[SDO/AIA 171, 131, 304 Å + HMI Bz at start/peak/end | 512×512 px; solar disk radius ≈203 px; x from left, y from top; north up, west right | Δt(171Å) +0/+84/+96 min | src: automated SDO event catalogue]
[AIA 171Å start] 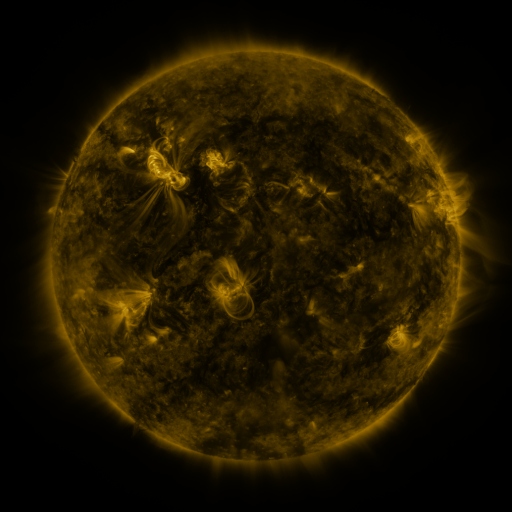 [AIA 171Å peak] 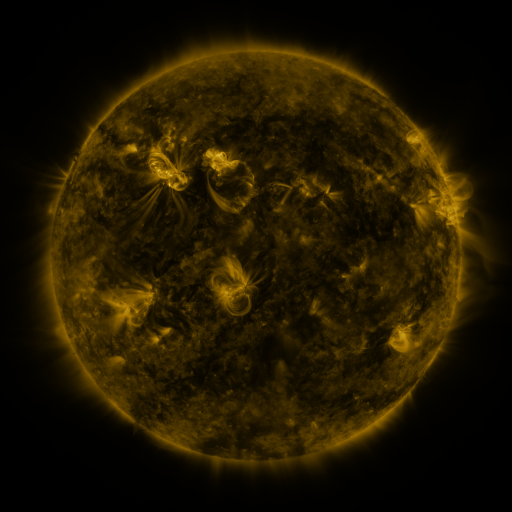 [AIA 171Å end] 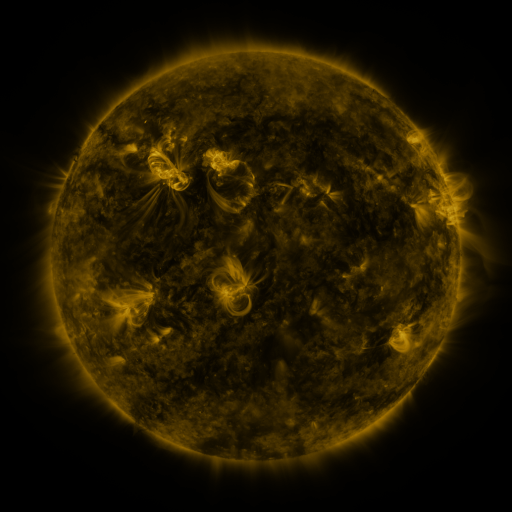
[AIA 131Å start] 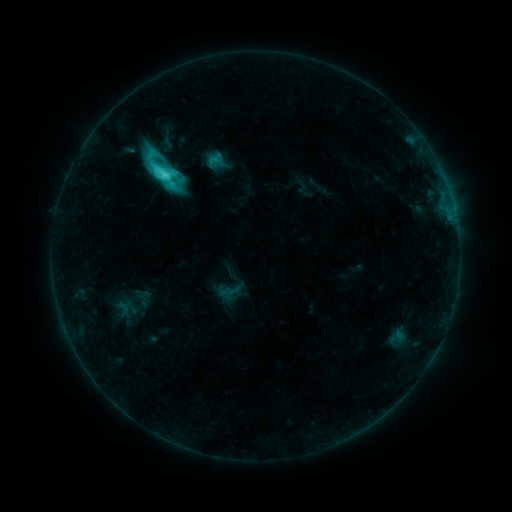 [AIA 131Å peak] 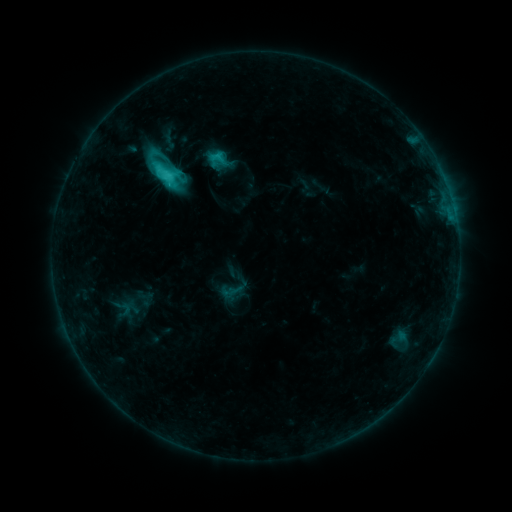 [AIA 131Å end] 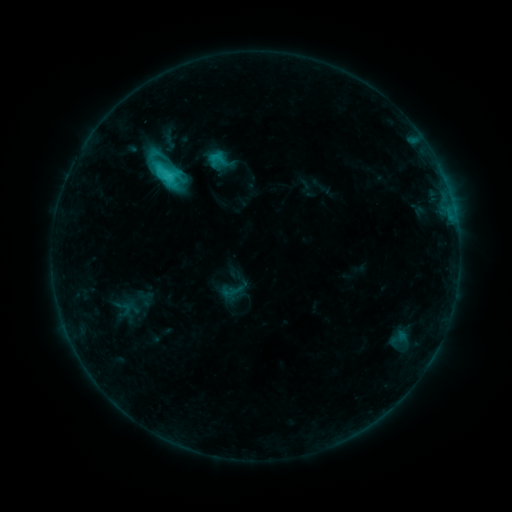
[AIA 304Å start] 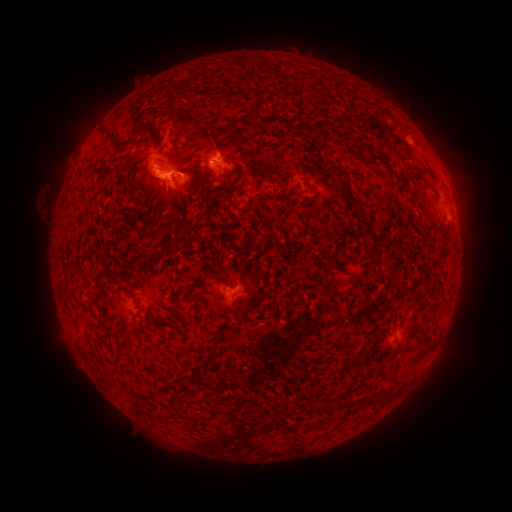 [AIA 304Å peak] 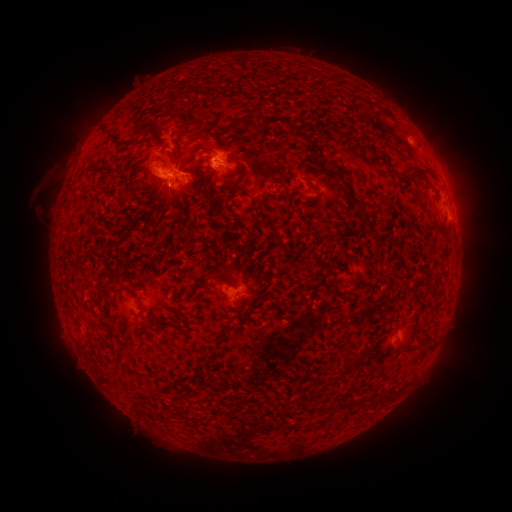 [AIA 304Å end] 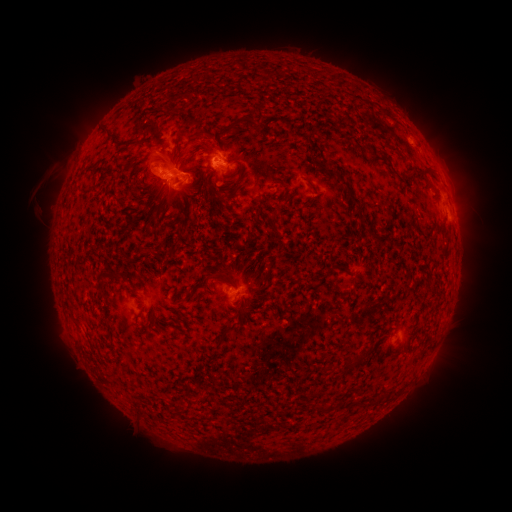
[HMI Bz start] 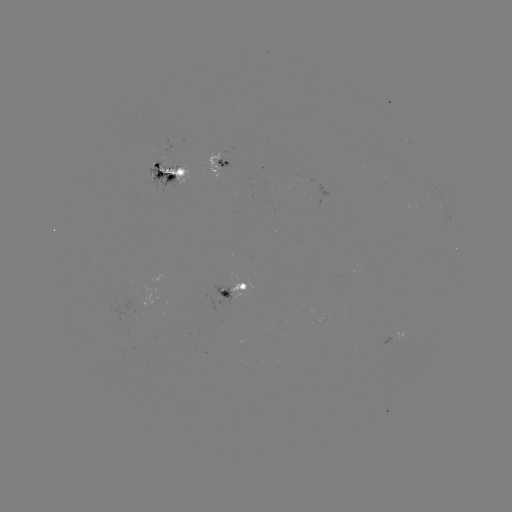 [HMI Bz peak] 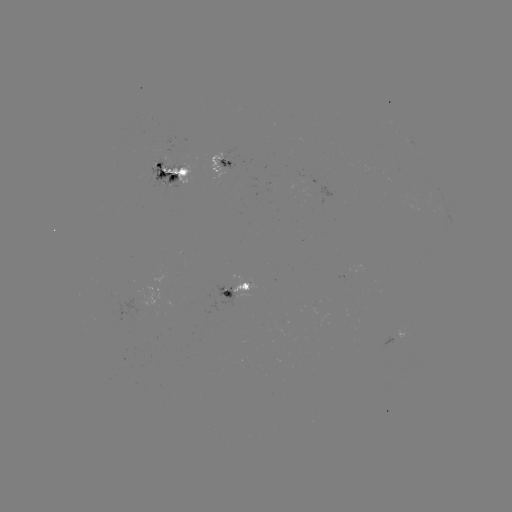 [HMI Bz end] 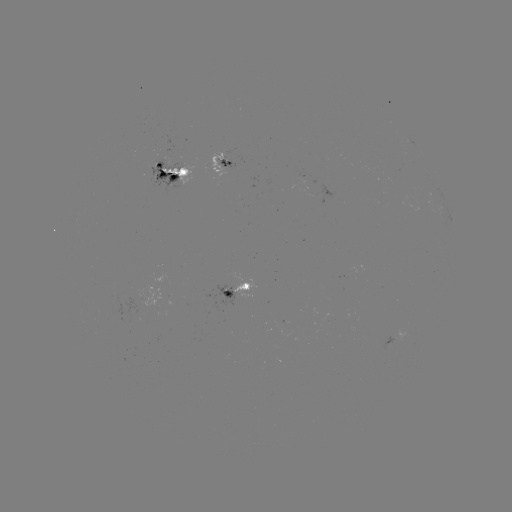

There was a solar emerging-flux region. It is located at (152, 175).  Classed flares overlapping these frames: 1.